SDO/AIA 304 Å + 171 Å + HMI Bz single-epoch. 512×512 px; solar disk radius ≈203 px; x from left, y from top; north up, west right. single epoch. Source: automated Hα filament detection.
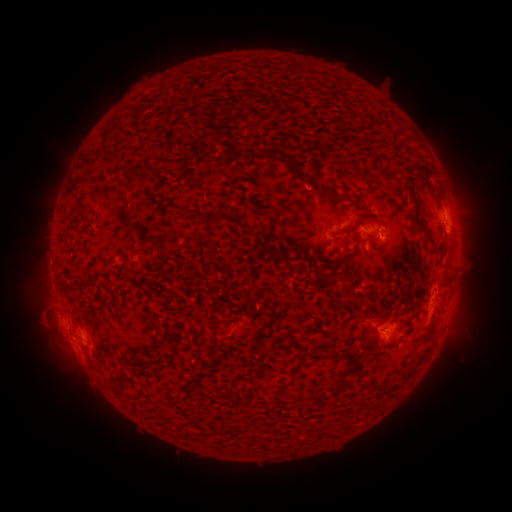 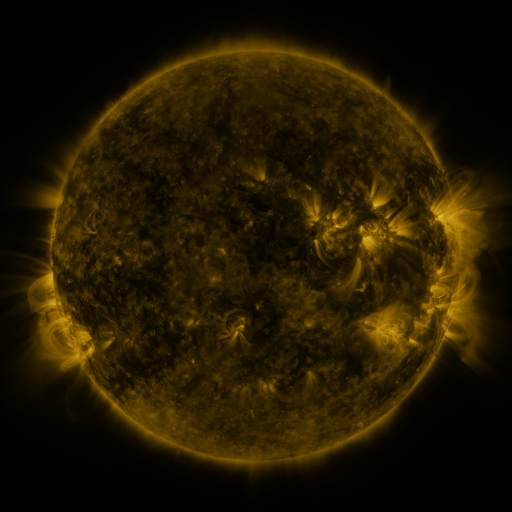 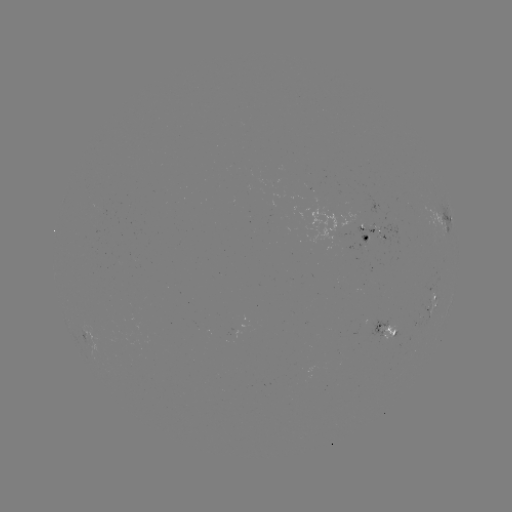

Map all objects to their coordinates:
filament: [127, 114, 137, 122]
filament: [113, 116, 123, 129]
filament: [259, 148, 303, 183]
filament: [102, 152, 115, 162]
filament: [412, 163, 432, 191]
filament: [139, 166, 158, 178]
filament: [403, 171, 440, 250]
filament: [316, 190, 349, 200]
filament: [74, 191, 98, 220]
filament: [252, 206, 268, 218]
filament: [175, 207, 247, 228]
filament: [342, 216, 374, 234]
filament: [323, 235, 353, 287]
filament: [265, 237, 297, 261]
filament: [118, 284, 126, 294]
filament: [212, 326, 218, 338]
filament: [191, 332, 199, 344]
filament: [258, 342, 269, 354]
filament: [331, 374, 345, 392]
